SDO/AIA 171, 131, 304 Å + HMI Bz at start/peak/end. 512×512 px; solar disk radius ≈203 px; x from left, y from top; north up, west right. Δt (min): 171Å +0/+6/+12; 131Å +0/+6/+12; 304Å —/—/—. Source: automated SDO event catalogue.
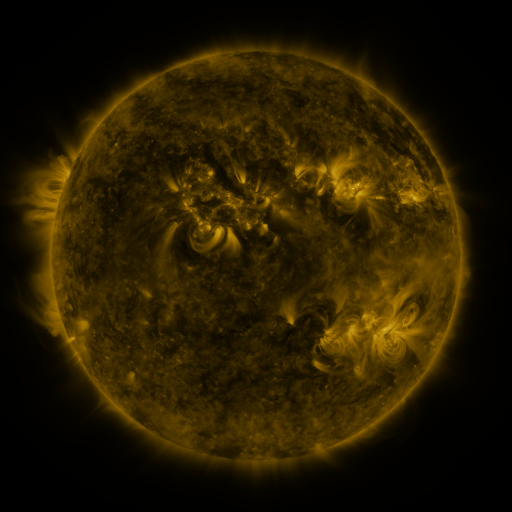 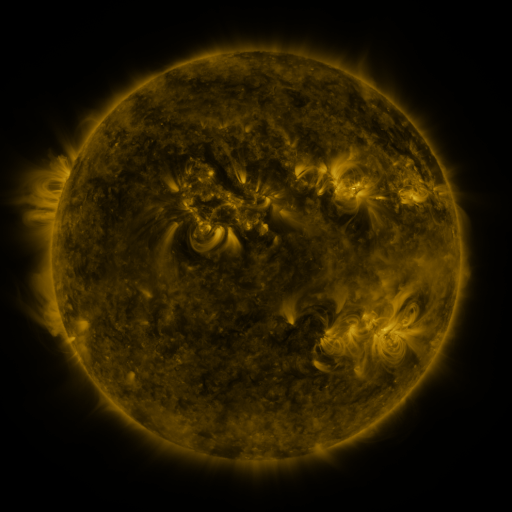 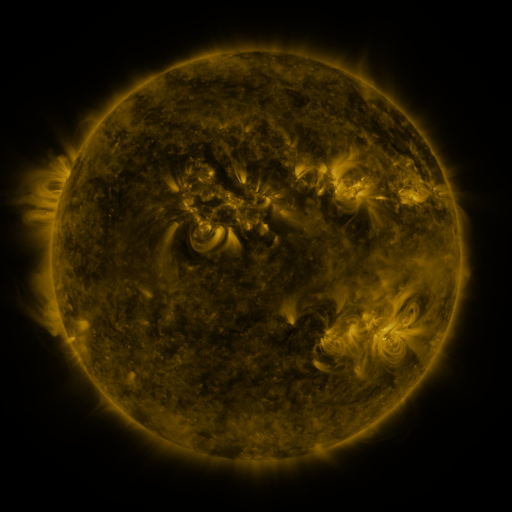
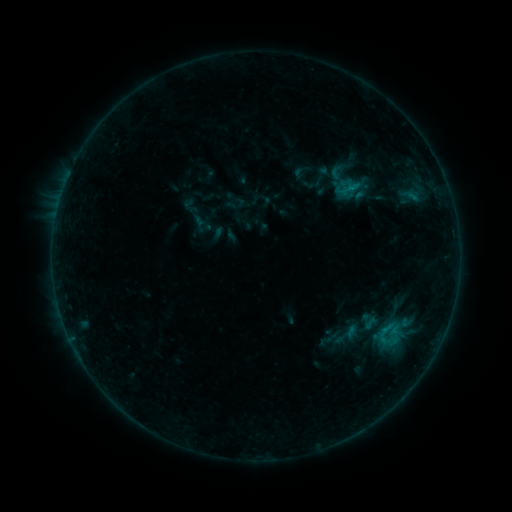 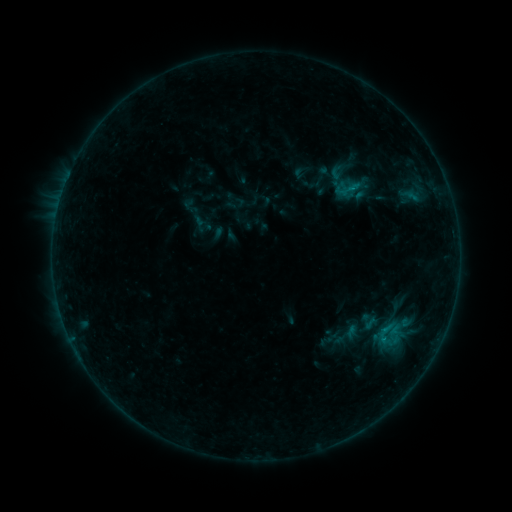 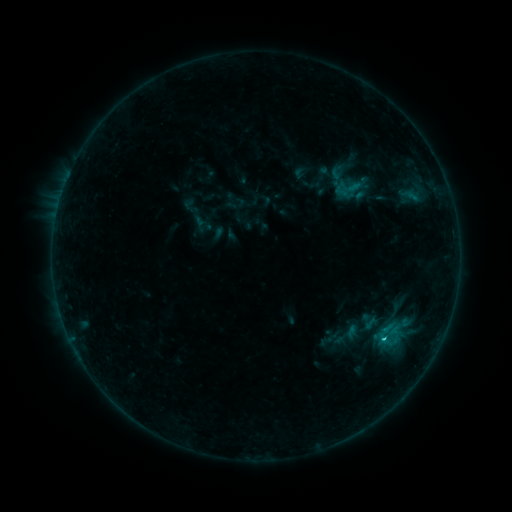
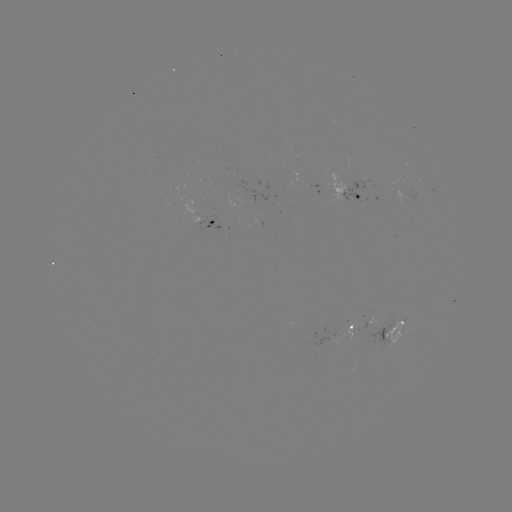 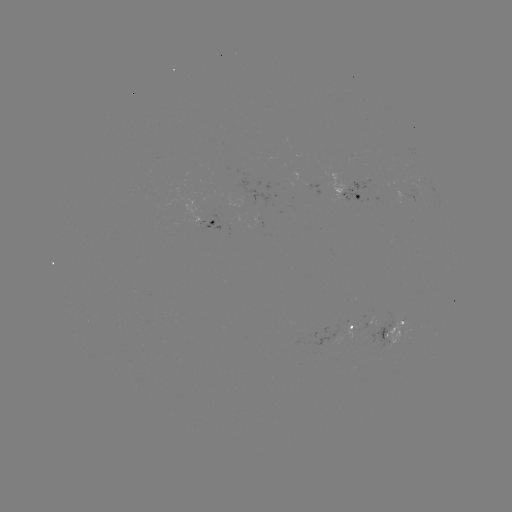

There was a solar flare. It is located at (349, 189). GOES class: B8.8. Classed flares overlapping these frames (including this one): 1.